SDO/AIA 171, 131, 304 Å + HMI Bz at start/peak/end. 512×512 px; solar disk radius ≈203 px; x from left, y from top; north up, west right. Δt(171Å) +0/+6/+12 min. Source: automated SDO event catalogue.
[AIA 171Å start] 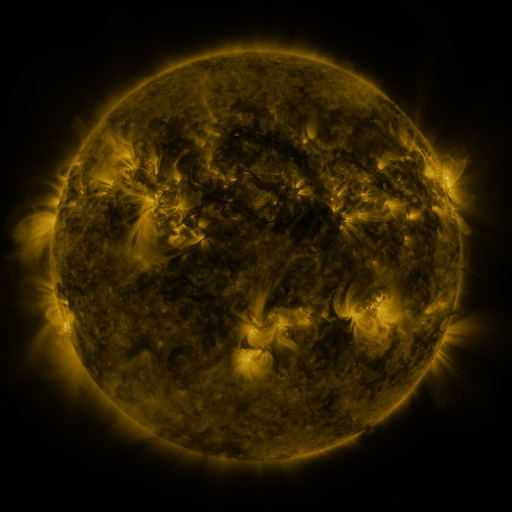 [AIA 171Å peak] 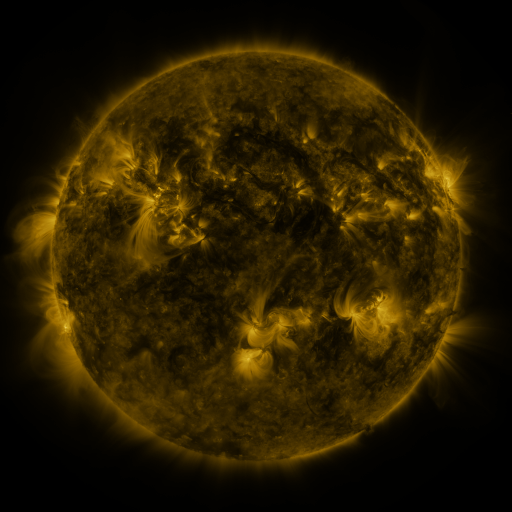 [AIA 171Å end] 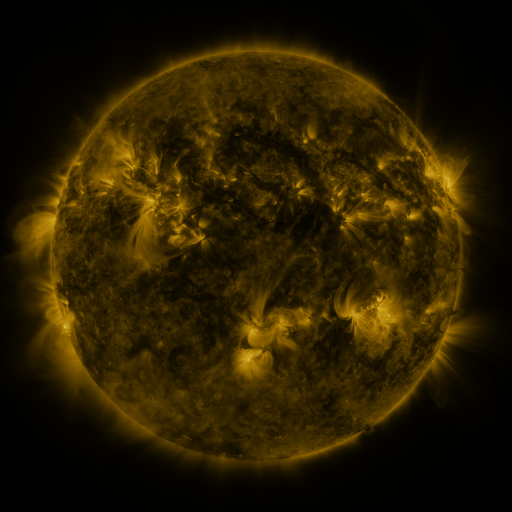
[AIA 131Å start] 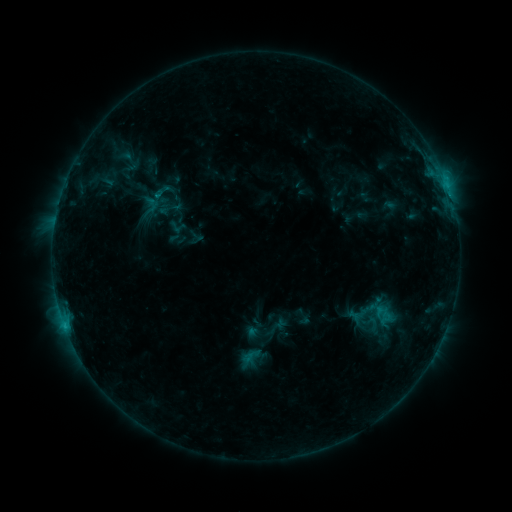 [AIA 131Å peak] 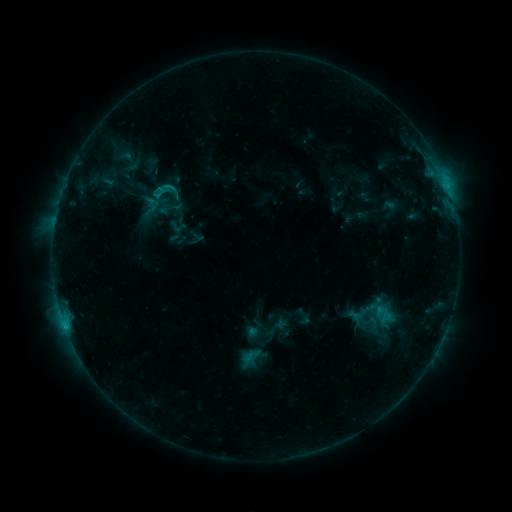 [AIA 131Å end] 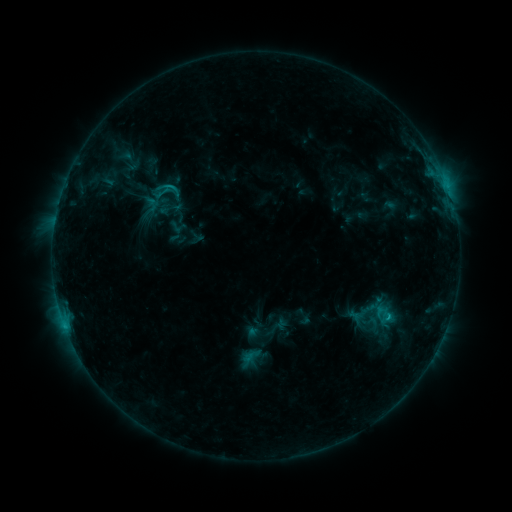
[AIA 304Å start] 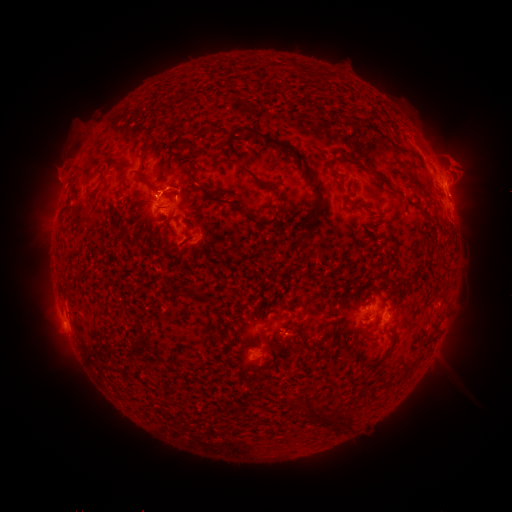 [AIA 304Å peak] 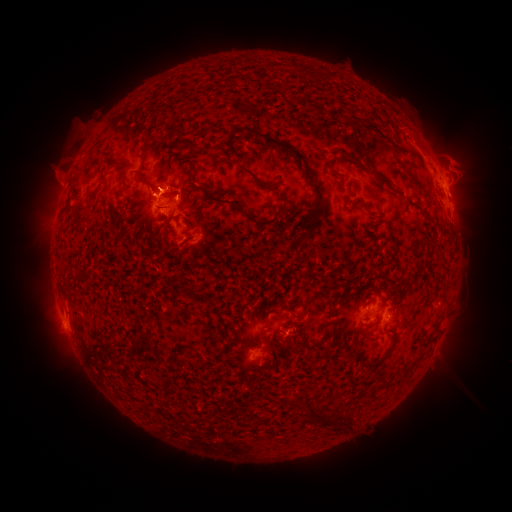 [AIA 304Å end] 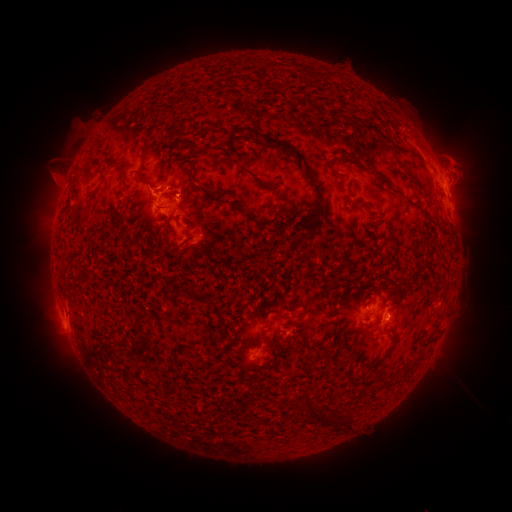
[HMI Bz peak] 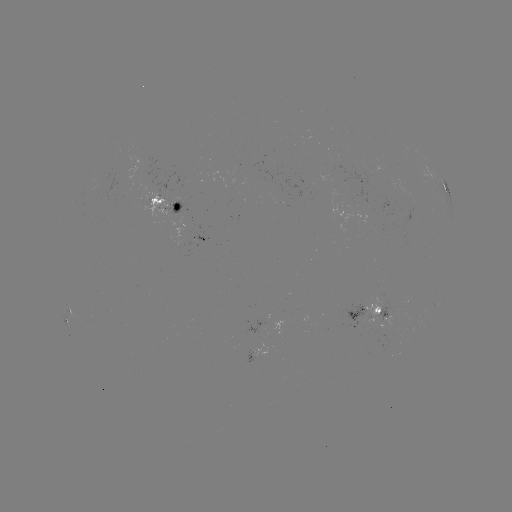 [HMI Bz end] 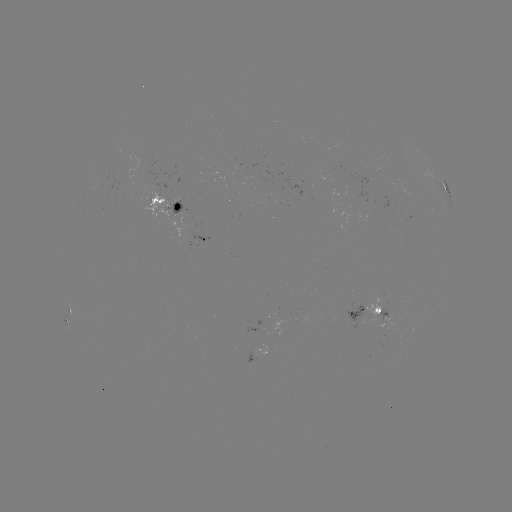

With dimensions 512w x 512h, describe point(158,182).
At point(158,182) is eruption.